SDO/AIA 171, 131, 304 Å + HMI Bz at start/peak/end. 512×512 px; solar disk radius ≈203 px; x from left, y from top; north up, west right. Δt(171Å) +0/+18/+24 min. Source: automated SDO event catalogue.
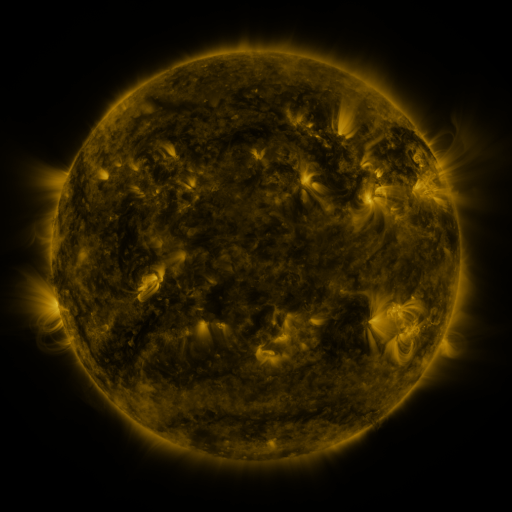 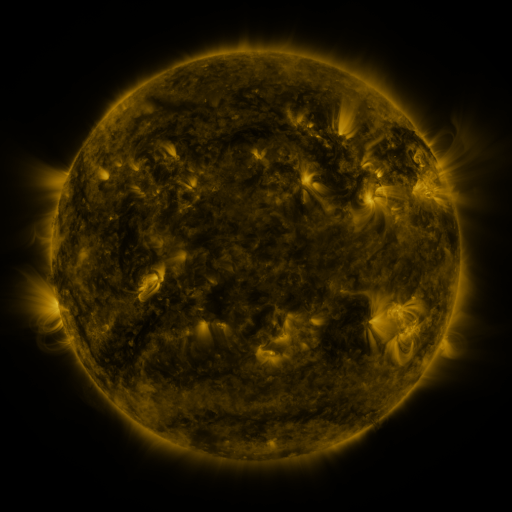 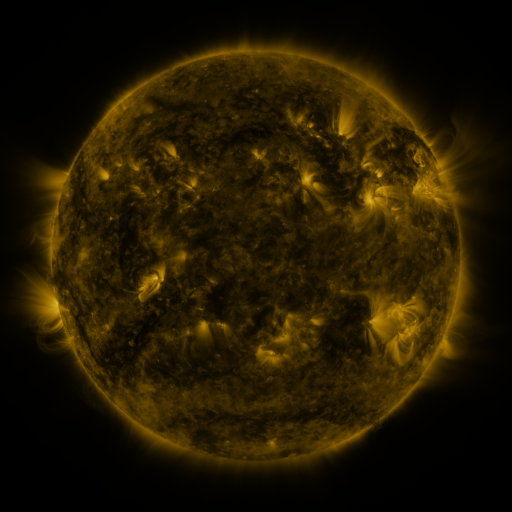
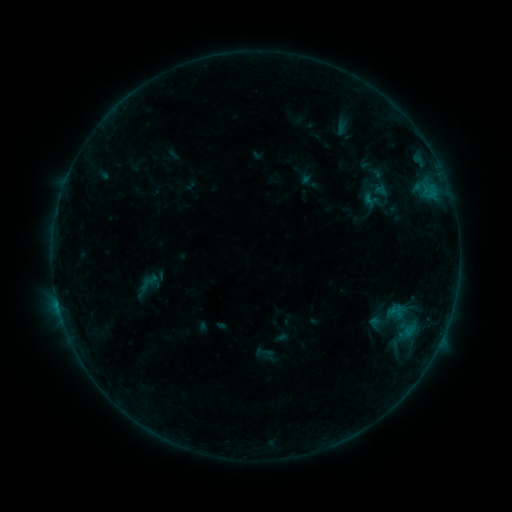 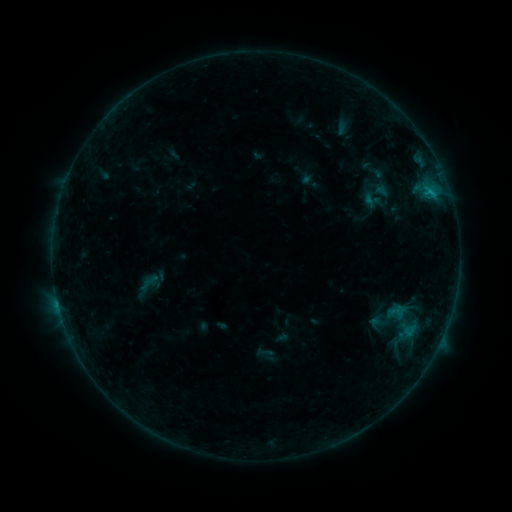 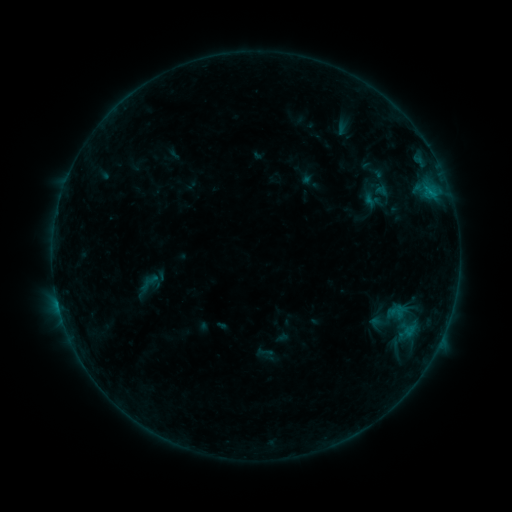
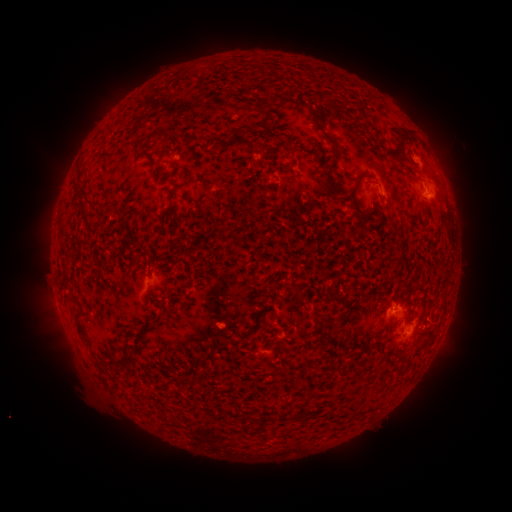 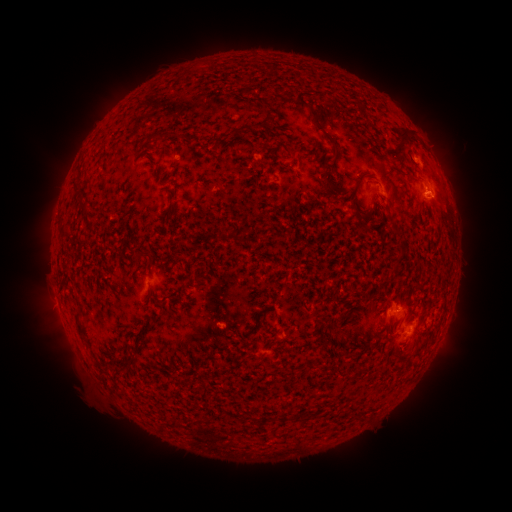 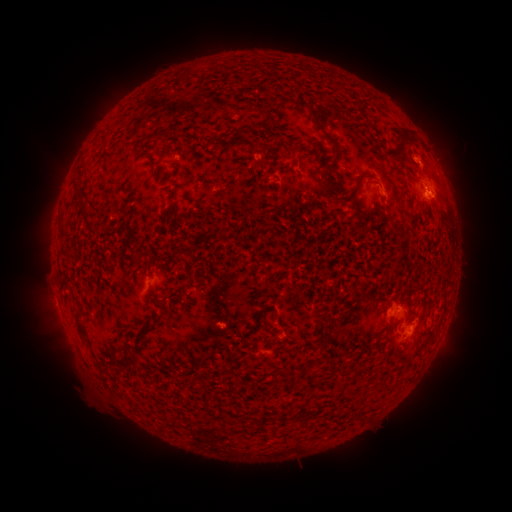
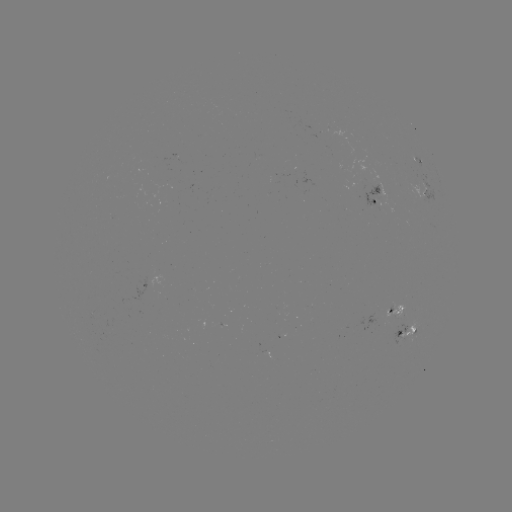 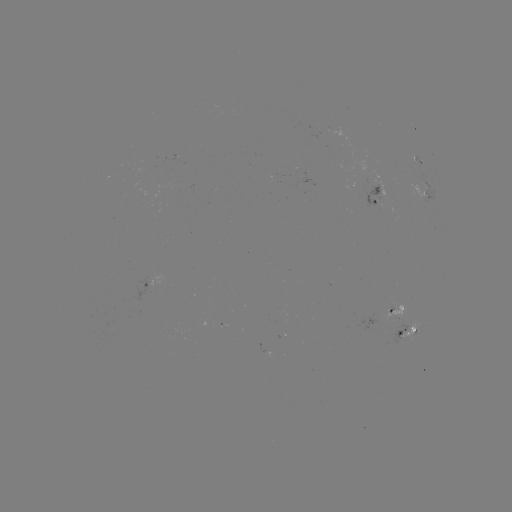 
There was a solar flare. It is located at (429, 192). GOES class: B5.5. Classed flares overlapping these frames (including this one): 1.